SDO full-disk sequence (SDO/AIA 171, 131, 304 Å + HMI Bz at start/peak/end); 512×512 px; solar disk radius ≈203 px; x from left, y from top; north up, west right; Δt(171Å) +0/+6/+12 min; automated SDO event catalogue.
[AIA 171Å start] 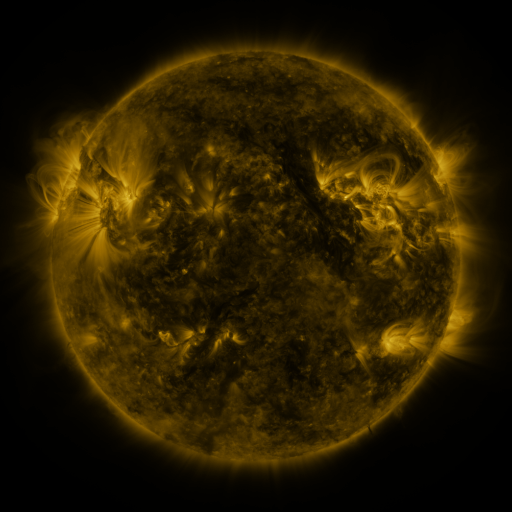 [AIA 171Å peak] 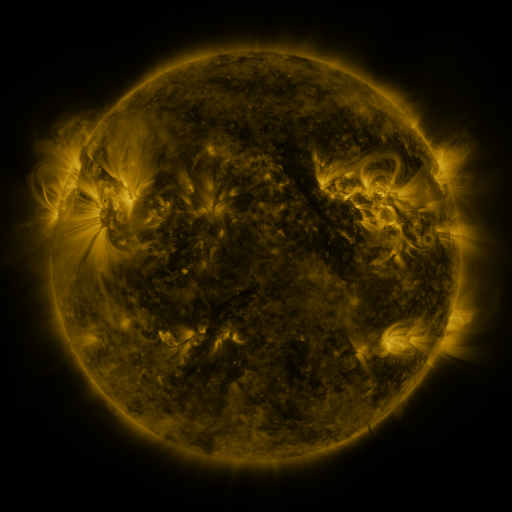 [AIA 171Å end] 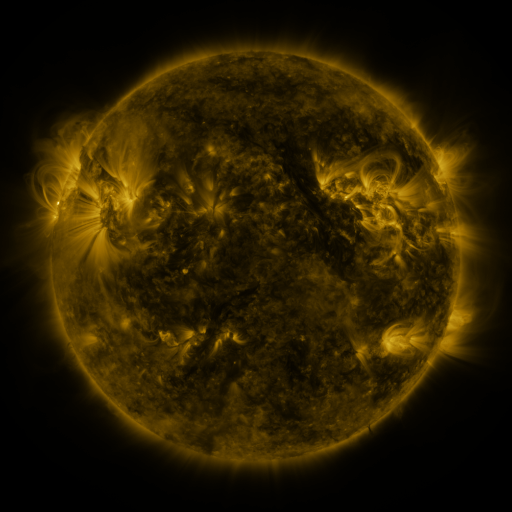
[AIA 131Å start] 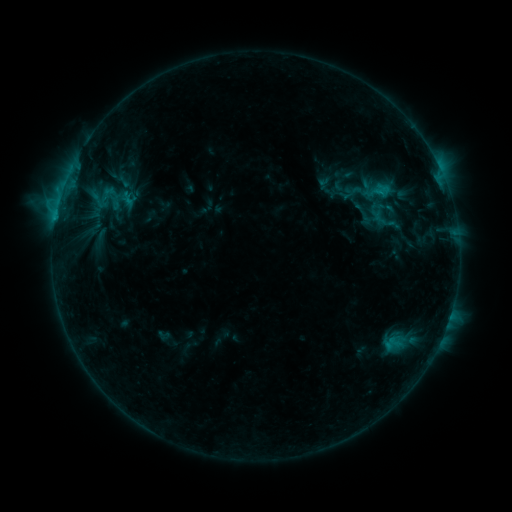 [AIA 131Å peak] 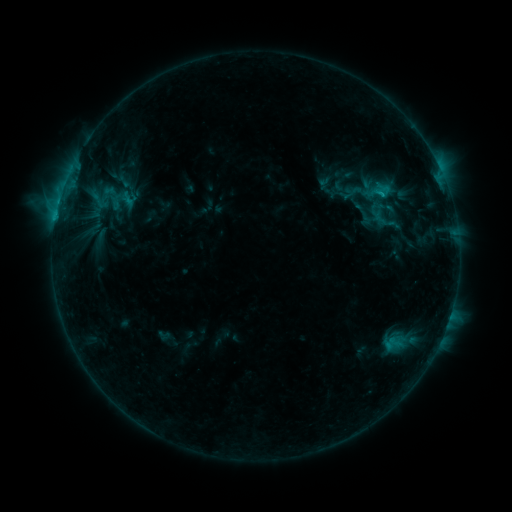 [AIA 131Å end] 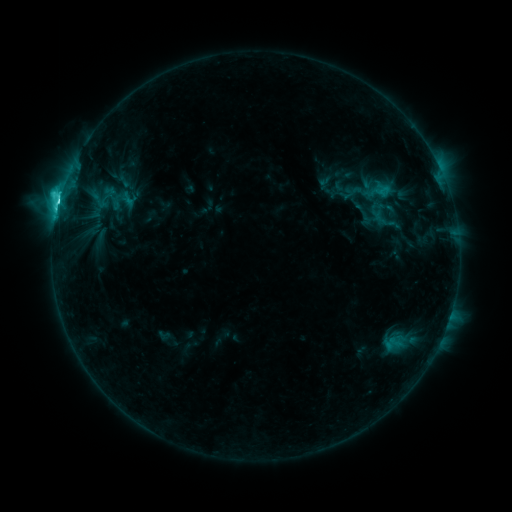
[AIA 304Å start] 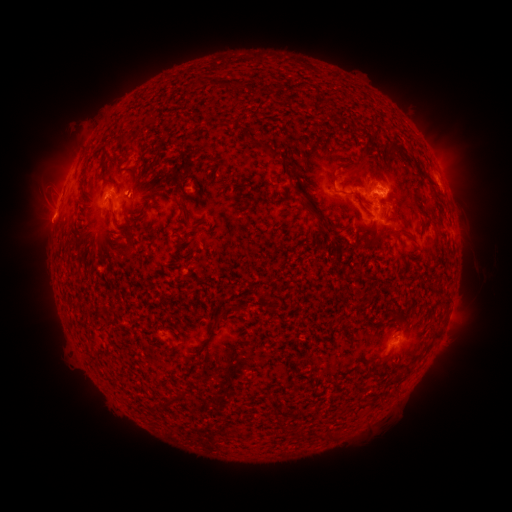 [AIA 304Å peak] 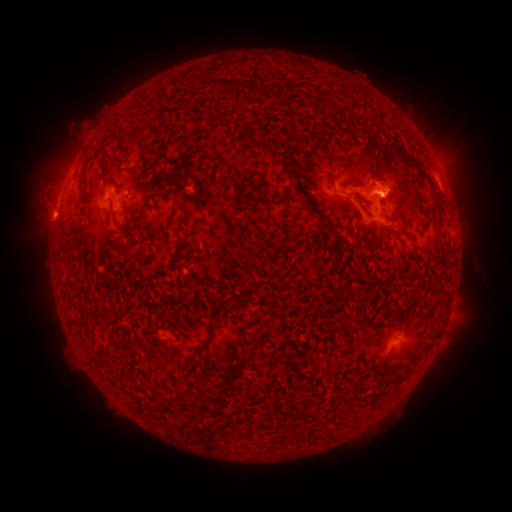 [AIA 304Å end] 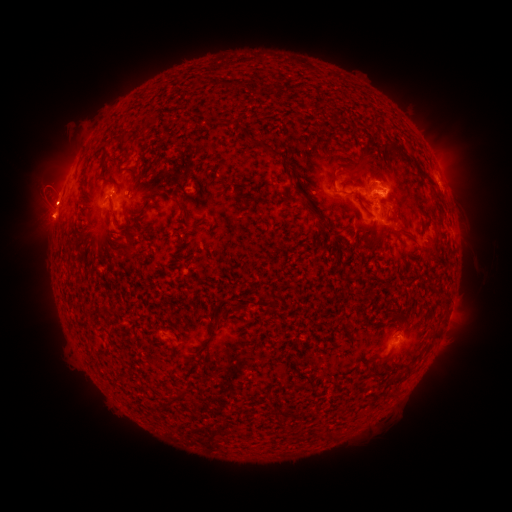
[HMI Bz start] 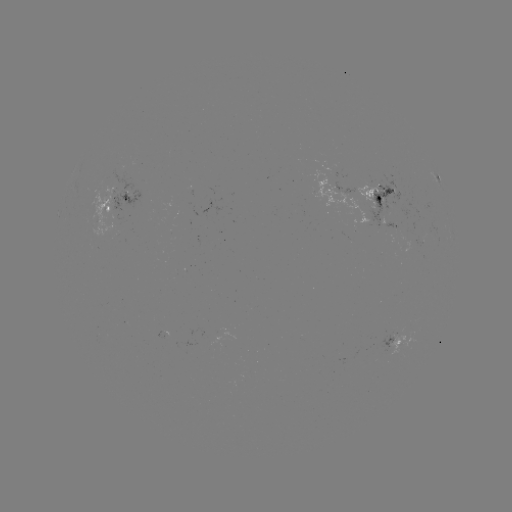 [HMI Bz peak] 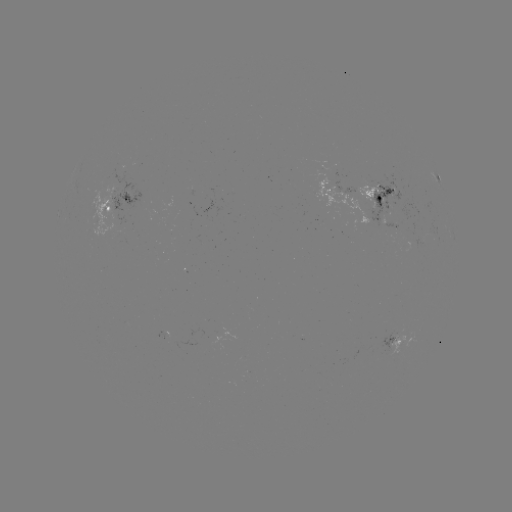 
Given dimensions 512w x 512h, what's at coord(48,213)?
eruption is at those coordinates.